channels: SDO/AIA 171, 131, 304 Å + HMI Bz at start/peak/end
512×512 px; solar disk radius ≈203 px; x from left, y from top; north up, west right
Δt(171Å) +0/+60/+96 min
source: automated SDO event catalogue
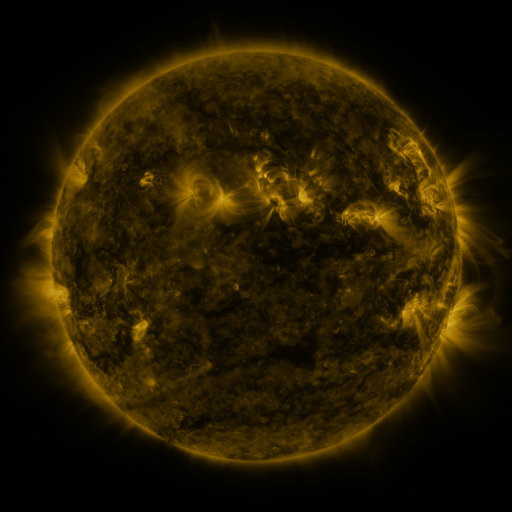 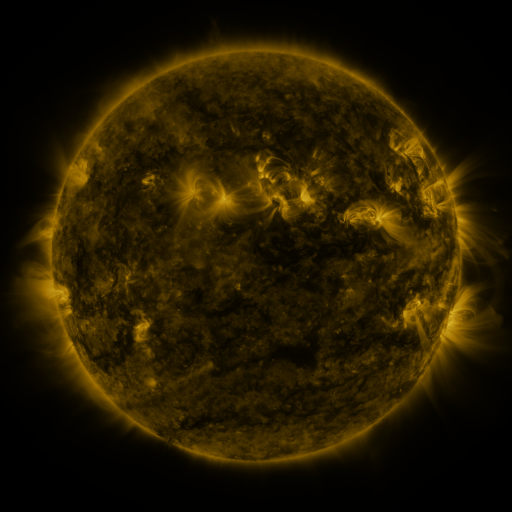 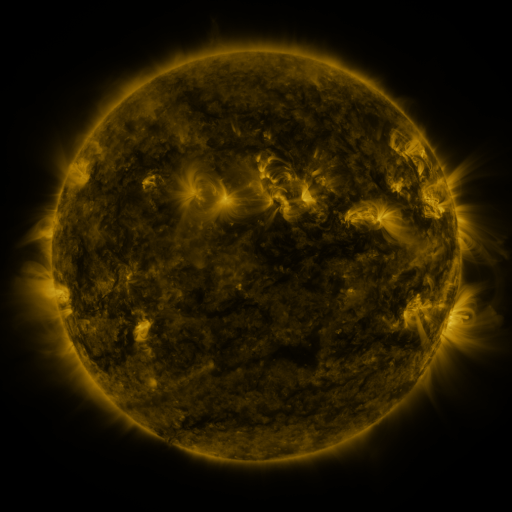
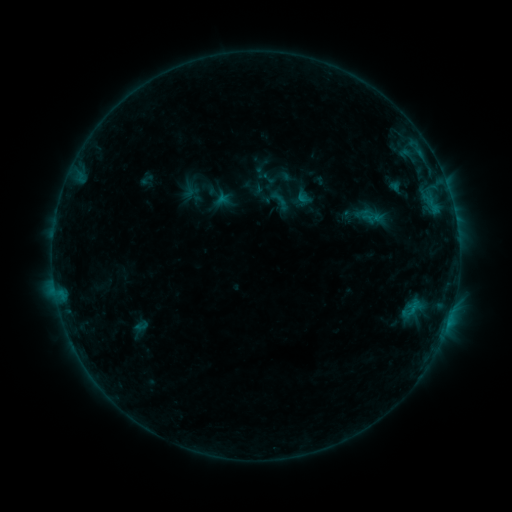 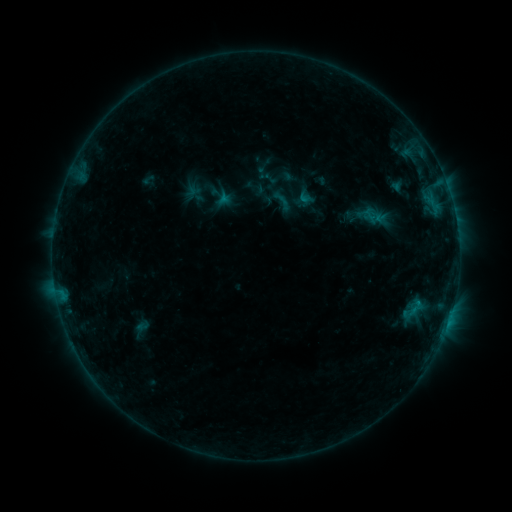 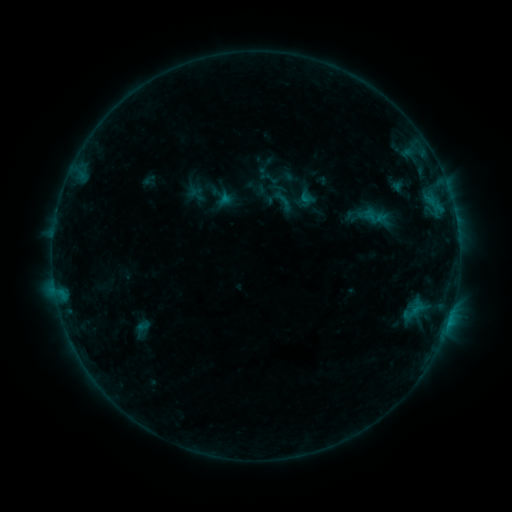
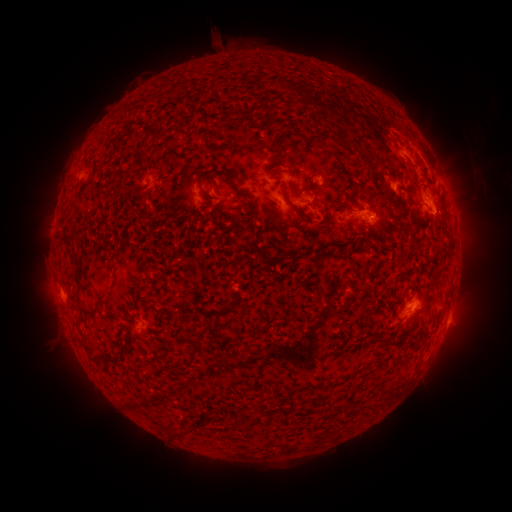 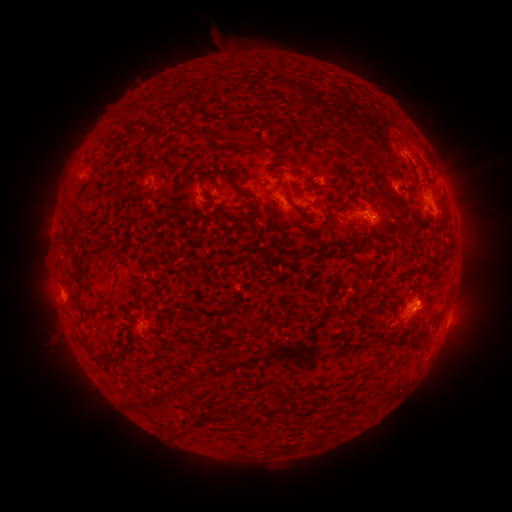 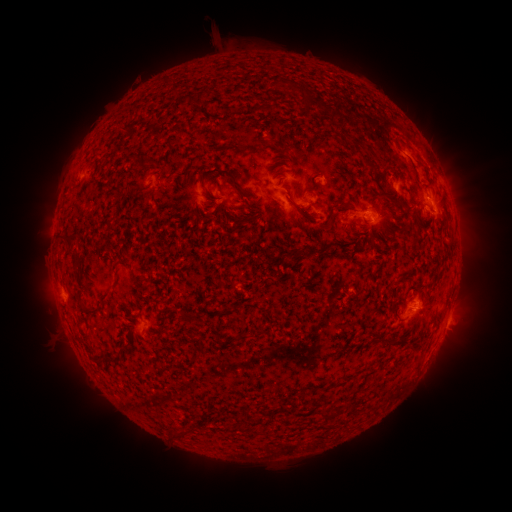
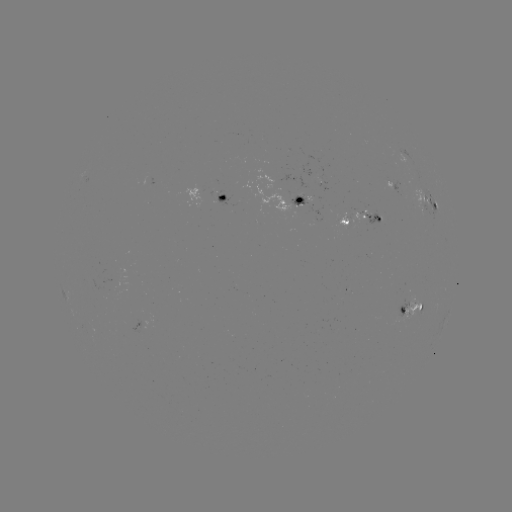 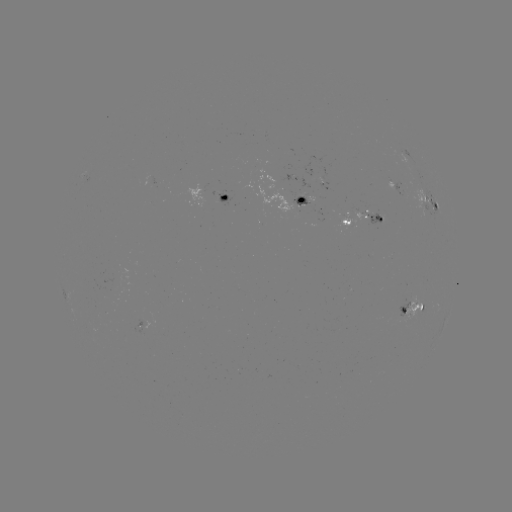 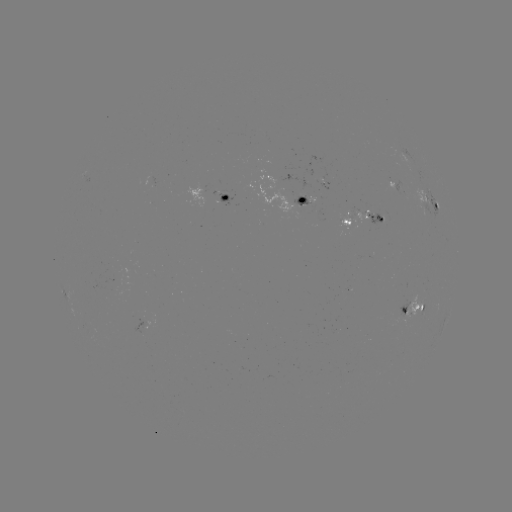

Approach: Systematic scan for emerging-flux region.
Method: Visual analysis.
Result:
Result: emerging-flux region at (410, 304).